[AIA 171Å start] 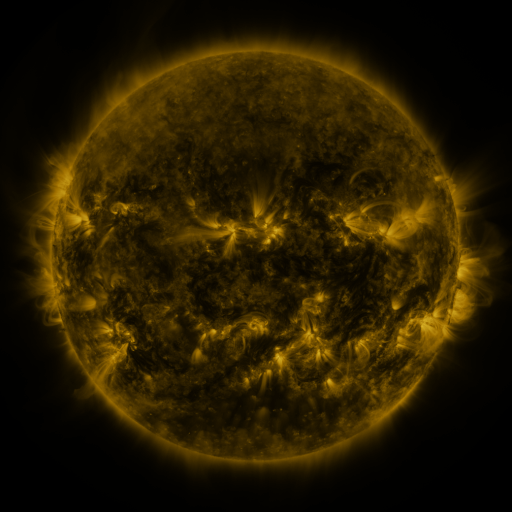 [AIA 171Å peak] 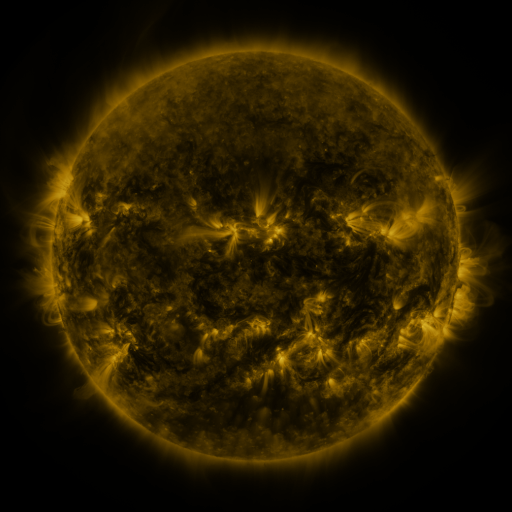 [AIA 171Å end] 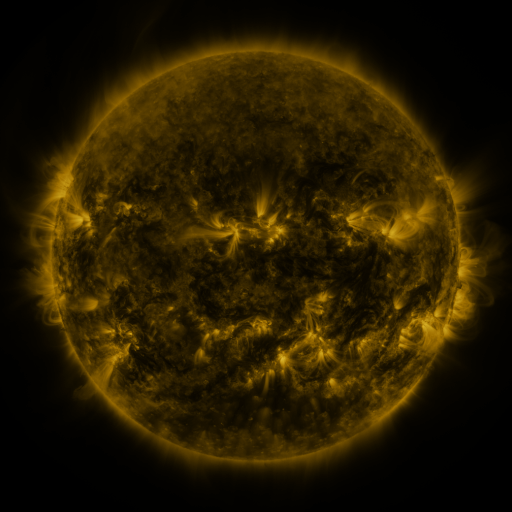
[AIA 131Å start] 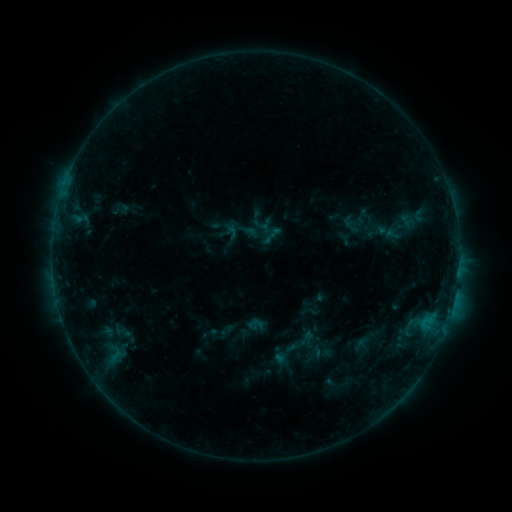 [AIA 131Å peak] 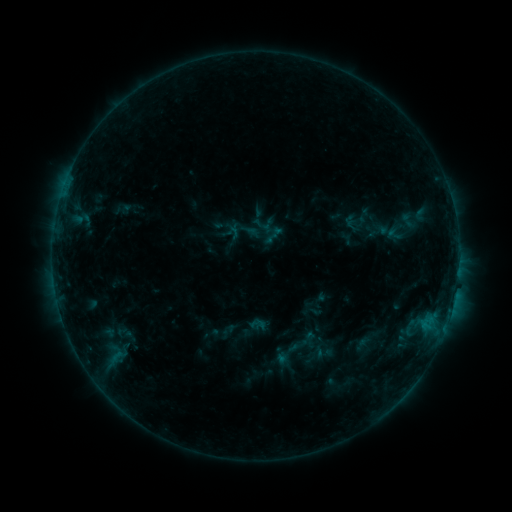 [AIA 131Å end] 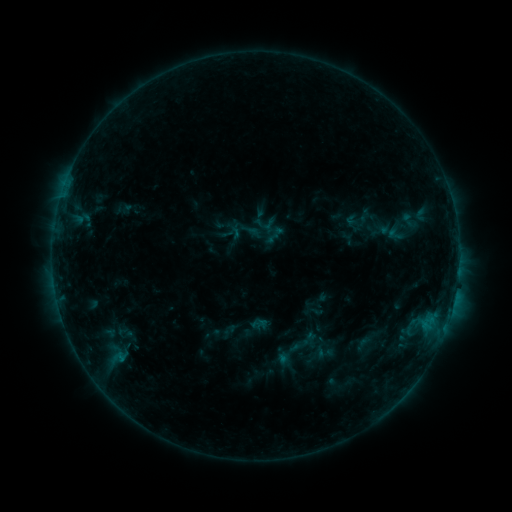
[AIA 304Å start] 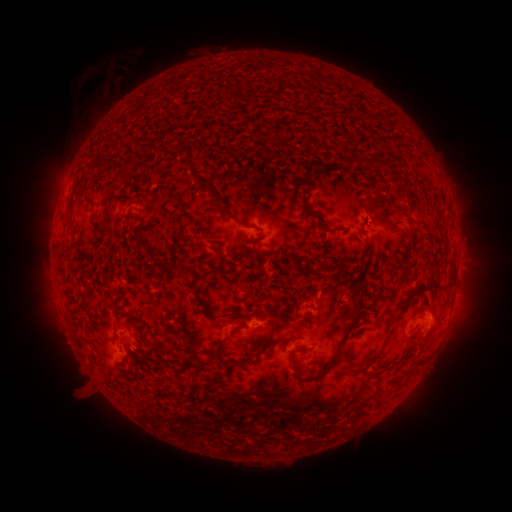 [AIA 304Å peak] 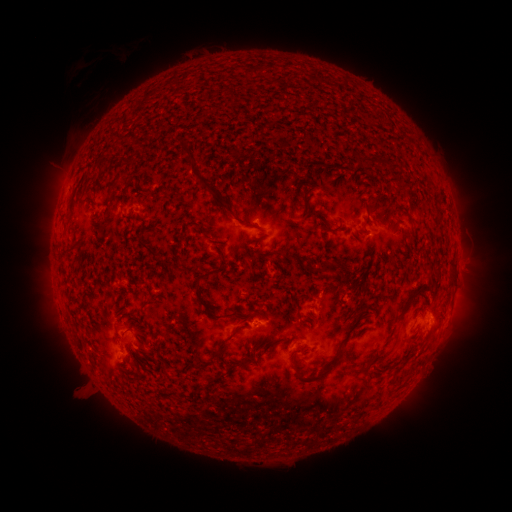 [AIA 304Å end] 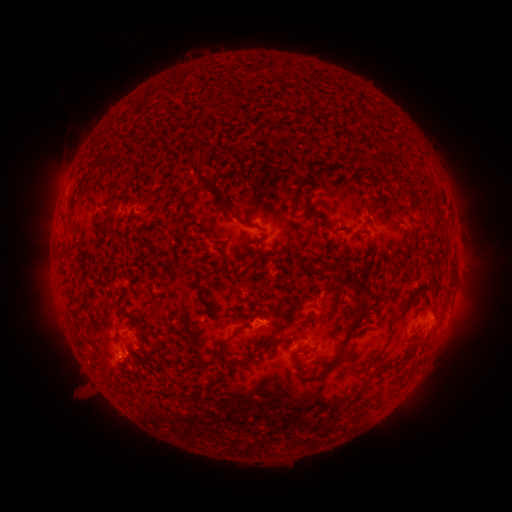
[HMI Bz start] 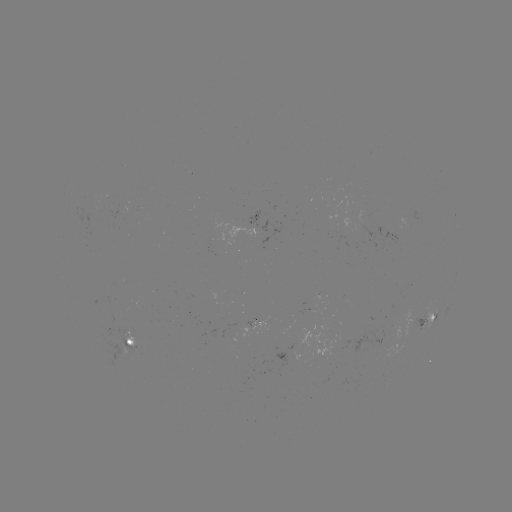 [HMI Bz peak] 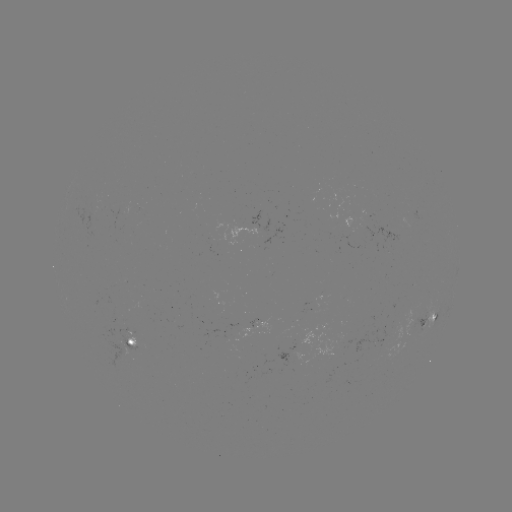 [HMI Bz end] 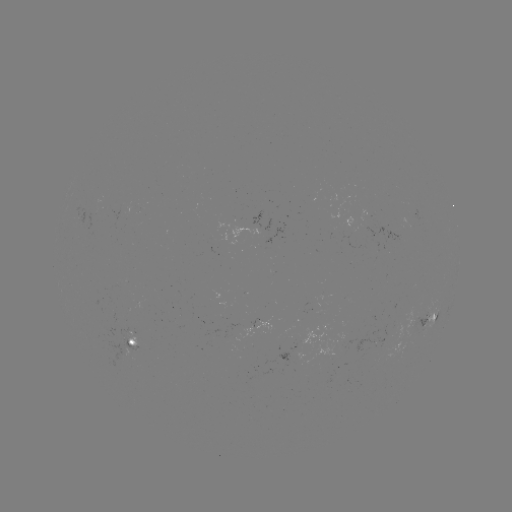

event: emerging-flux region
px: (253, 228)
